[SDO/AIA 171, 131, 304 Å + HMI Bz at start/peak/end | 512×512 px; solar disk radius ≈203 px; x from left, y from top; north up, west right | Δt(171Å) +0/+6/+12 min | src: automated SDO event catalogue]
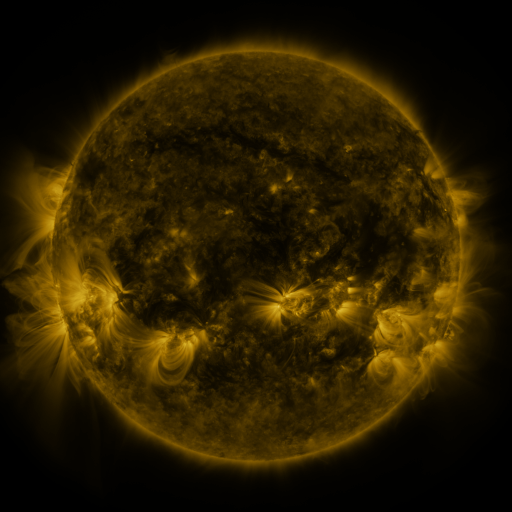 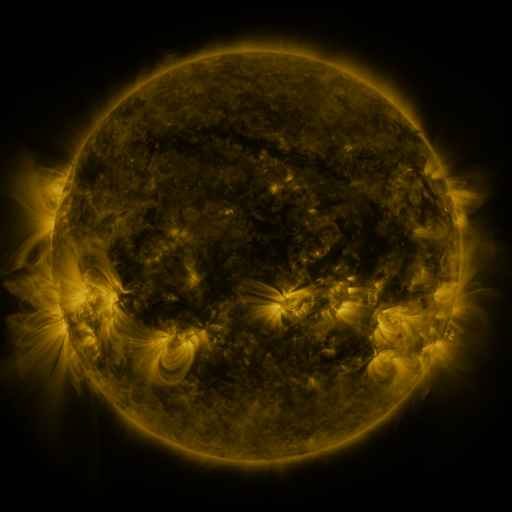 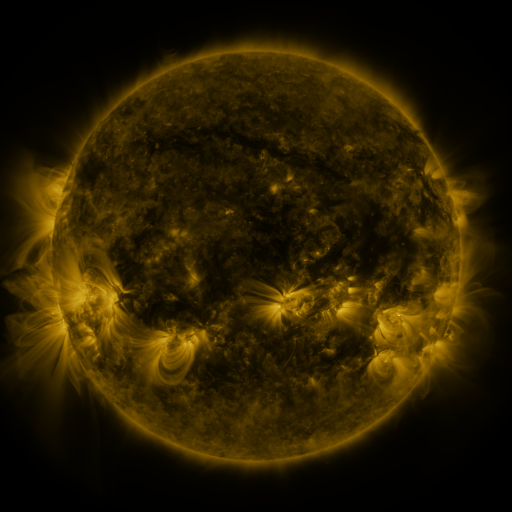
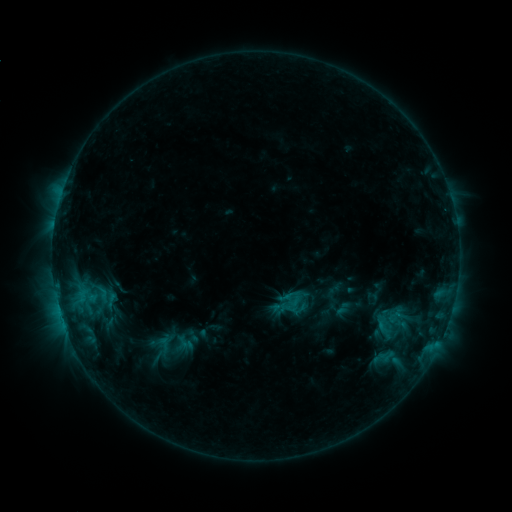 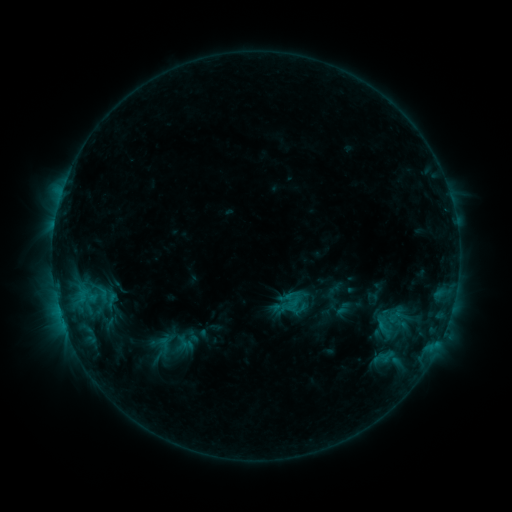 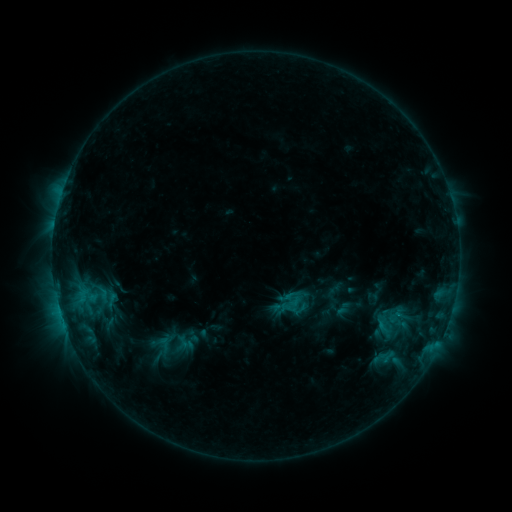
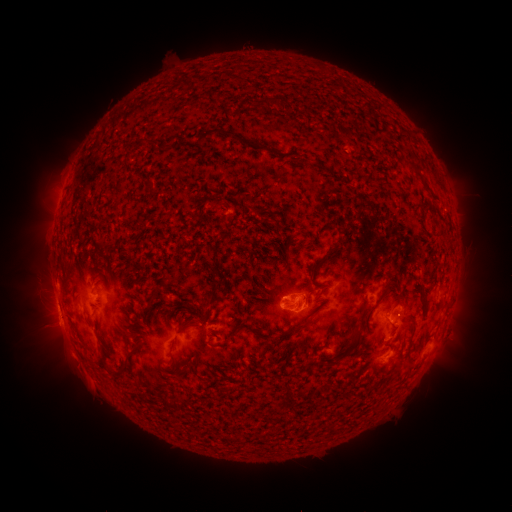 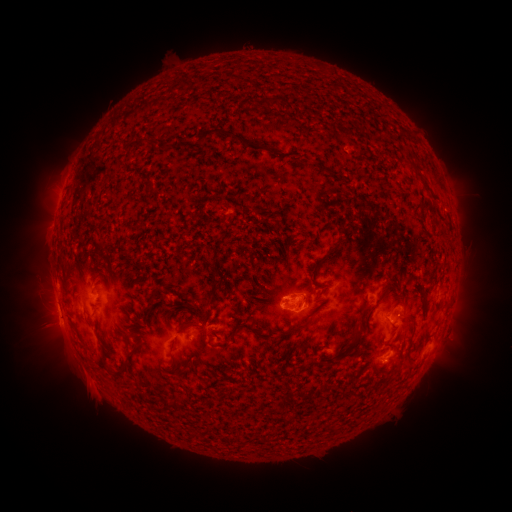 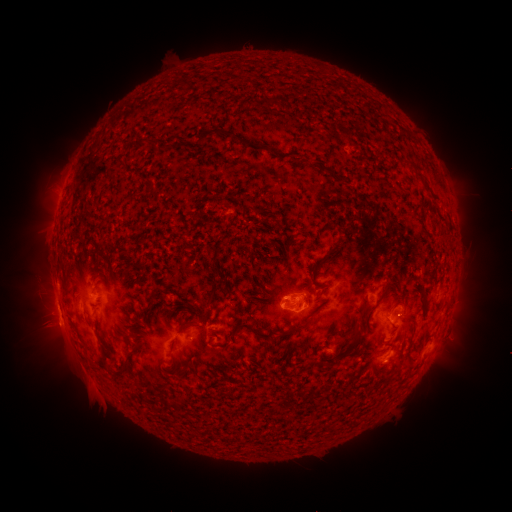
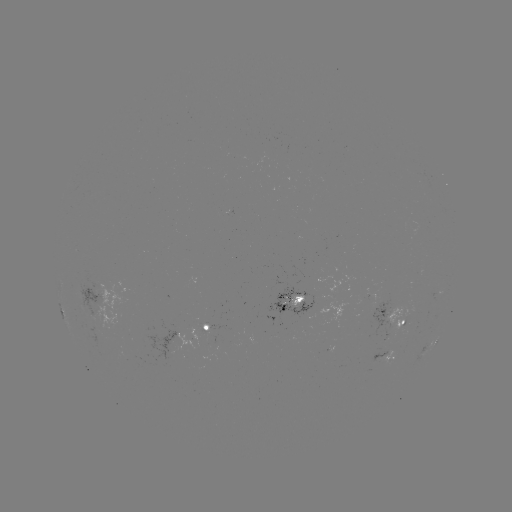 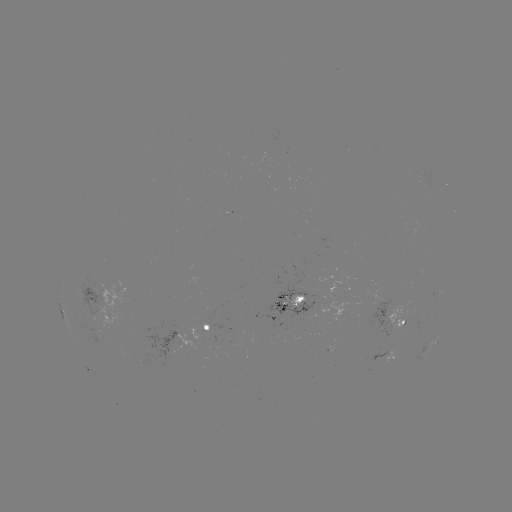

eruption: <bbox>79, 374, 118, 423</bbox>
